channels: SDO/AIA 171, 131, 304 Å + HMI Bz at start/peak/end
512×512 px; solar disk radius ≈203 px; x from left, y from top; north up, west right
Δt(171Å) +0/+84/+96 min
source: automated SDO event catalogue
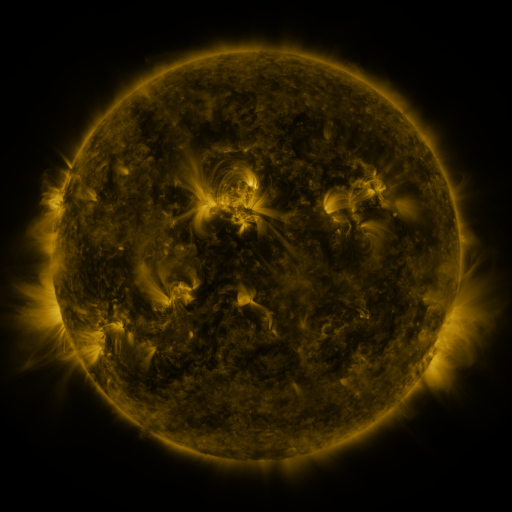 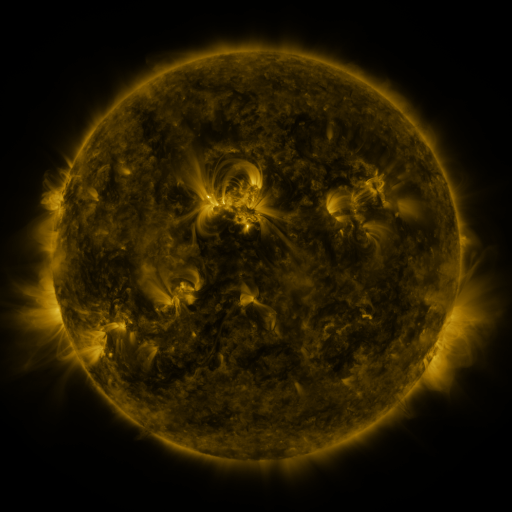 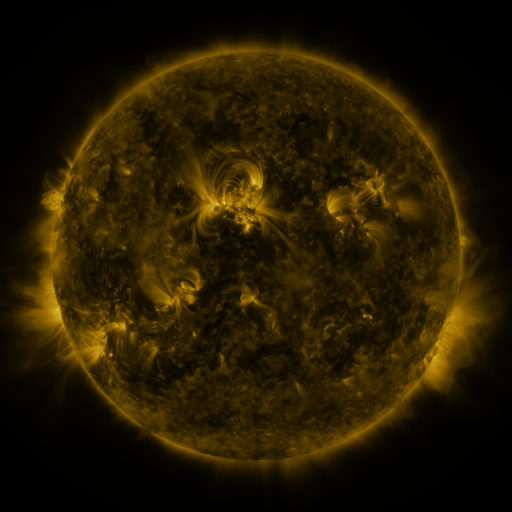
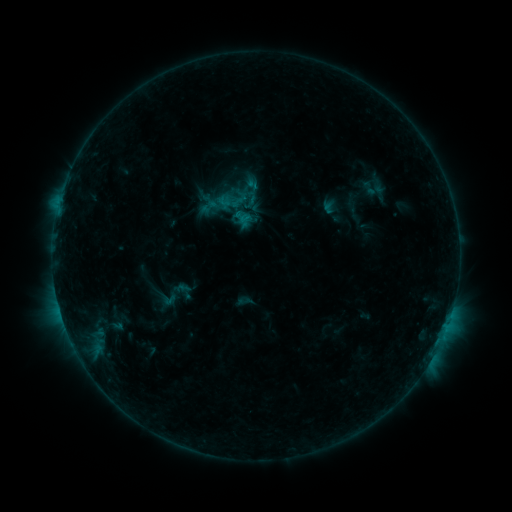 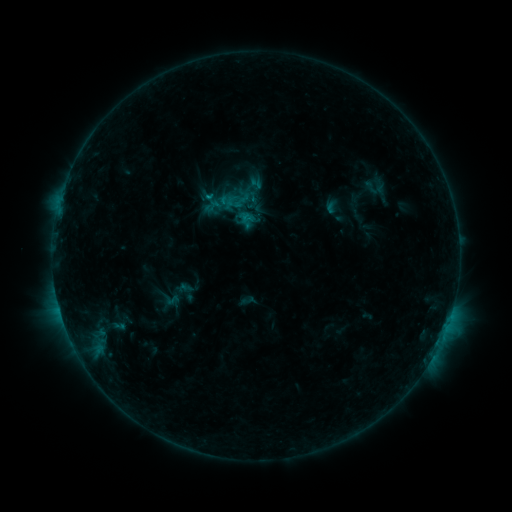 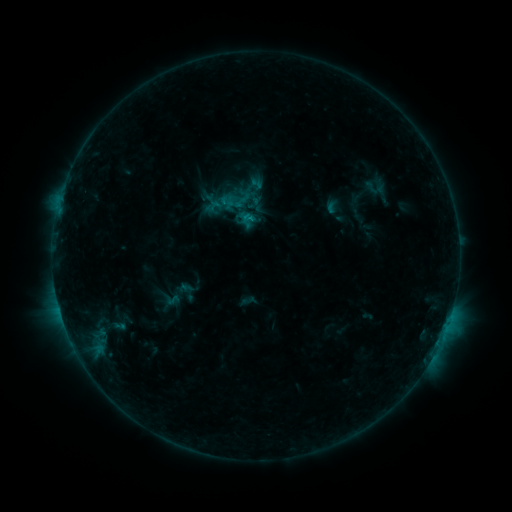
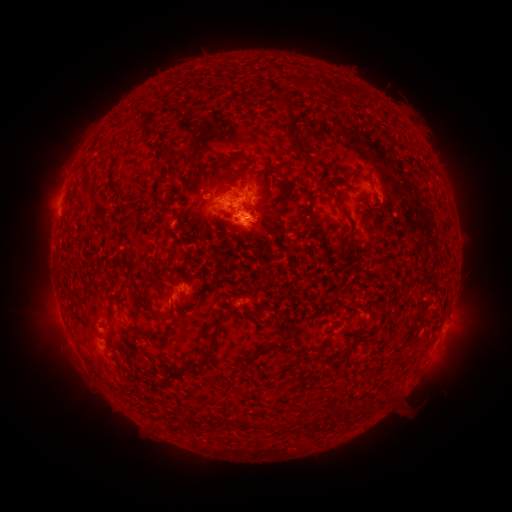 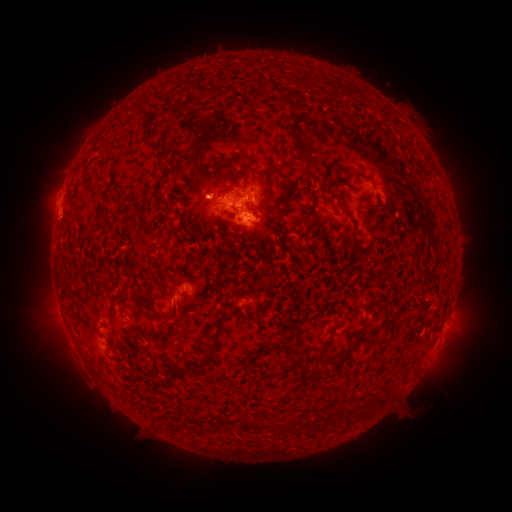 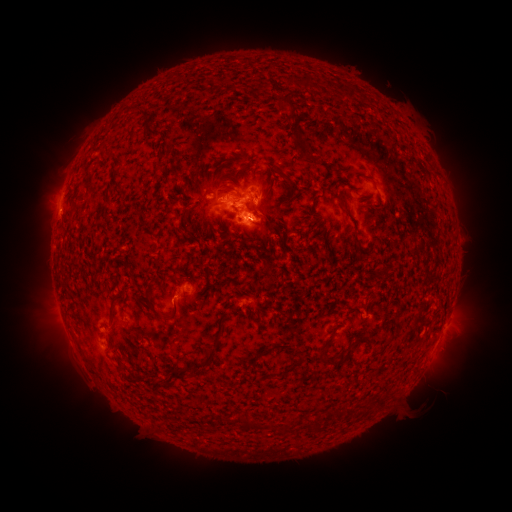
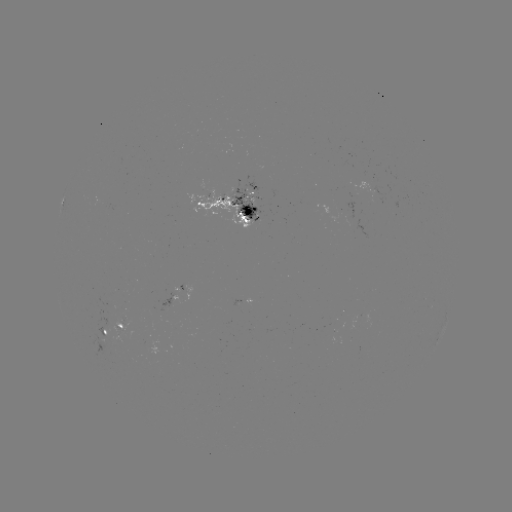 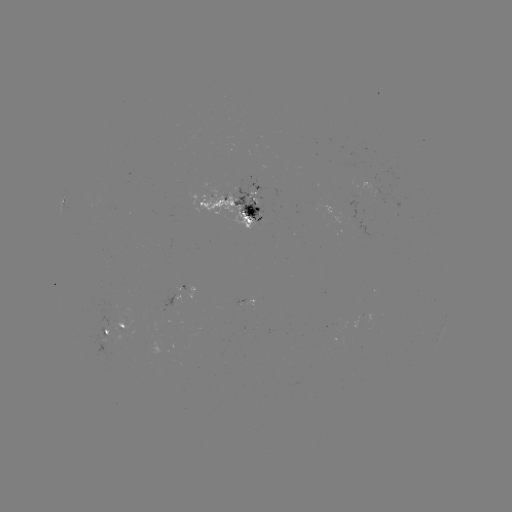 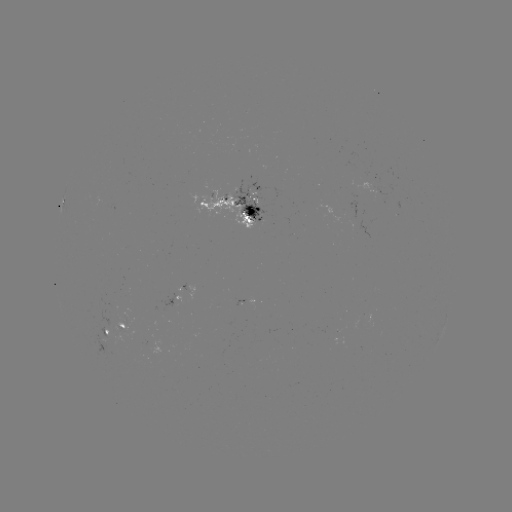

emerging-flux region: (237, 181, 265, 223)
